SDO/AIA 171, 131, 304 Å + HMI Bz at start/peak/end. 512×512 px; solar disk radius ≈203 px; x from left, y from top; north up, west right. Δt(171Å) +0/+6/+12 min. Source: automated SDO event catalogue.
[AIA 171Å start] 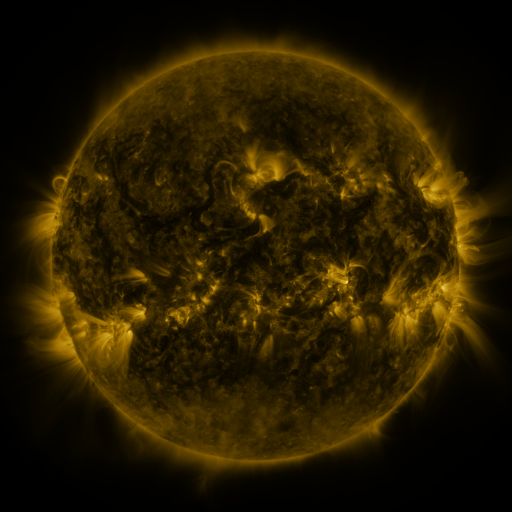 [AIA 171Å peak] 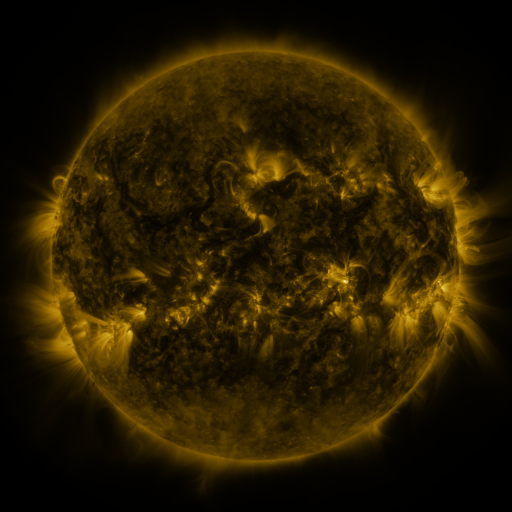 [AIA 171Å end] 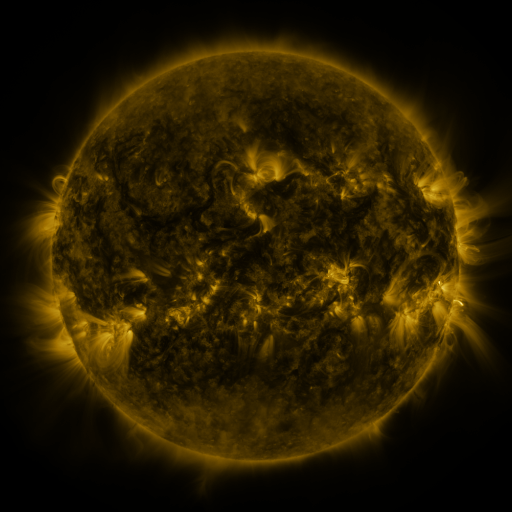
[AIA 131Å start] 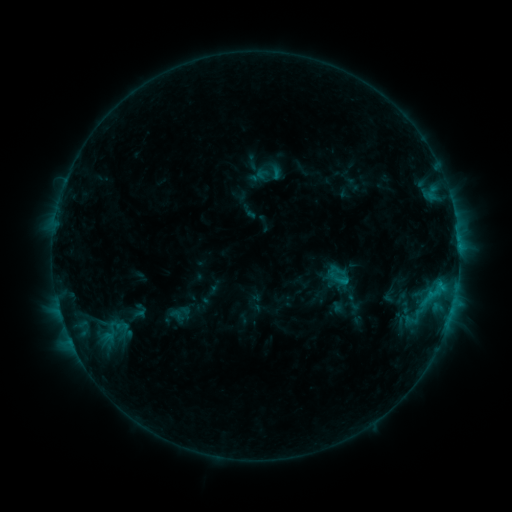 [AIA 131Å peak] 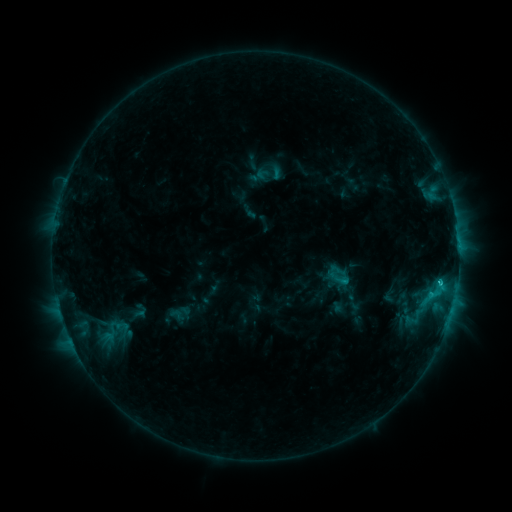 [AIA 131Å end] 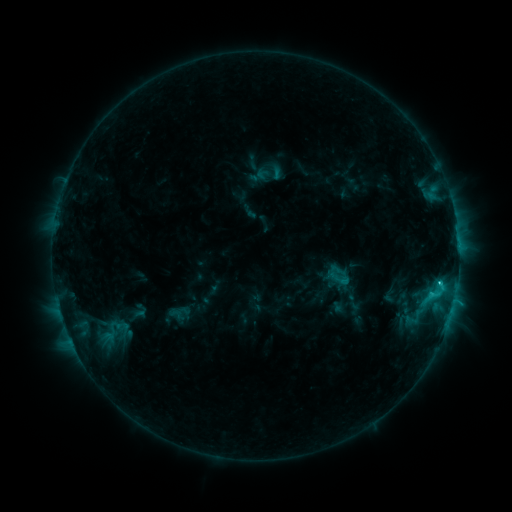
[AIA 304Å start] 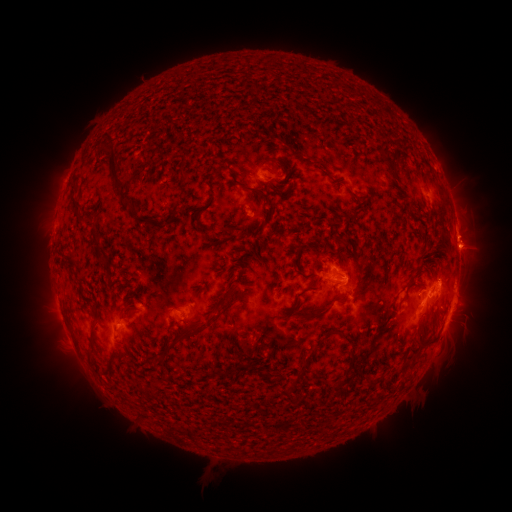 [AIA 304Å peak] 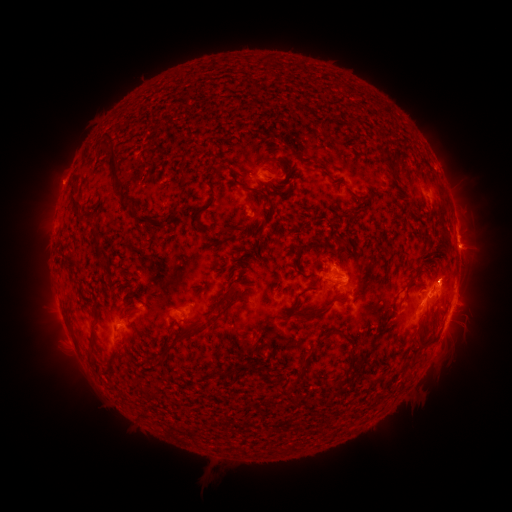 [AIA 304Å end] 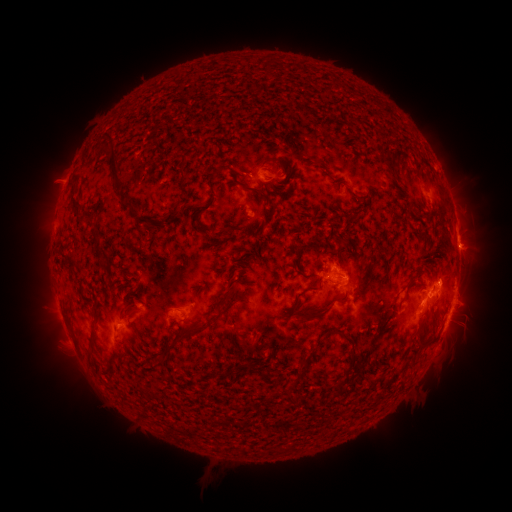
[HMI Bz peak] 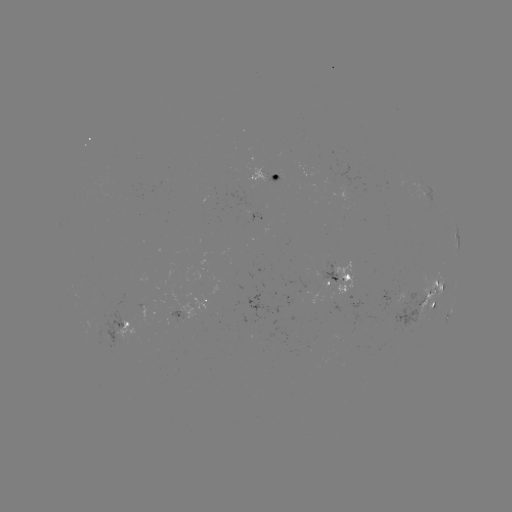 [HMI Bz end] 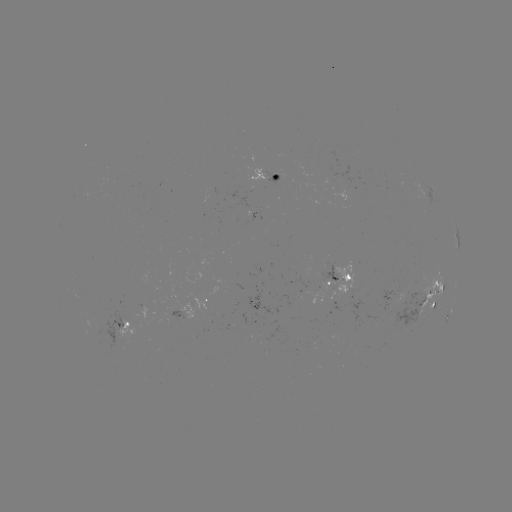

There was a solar flare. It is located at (439, 280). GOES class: C2.4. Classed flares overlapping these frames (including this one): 1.